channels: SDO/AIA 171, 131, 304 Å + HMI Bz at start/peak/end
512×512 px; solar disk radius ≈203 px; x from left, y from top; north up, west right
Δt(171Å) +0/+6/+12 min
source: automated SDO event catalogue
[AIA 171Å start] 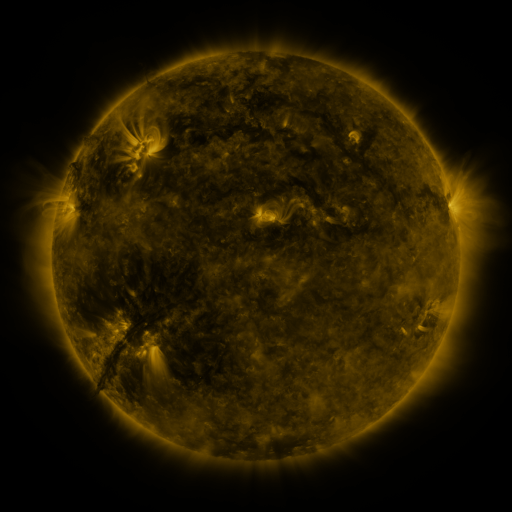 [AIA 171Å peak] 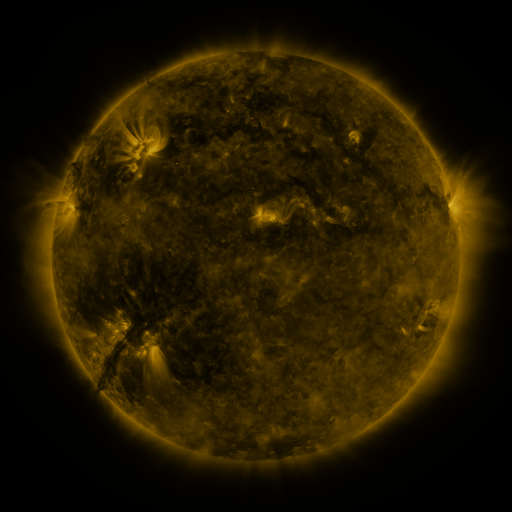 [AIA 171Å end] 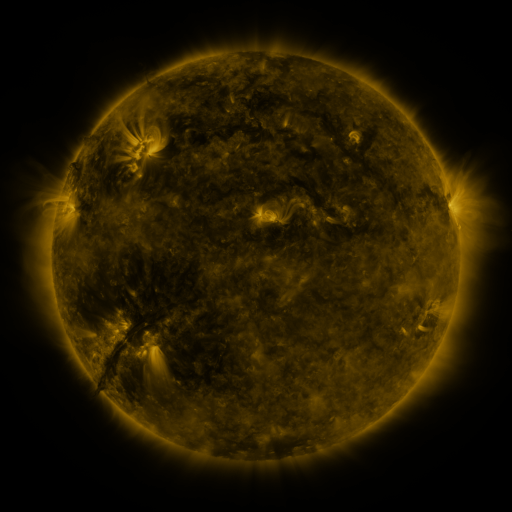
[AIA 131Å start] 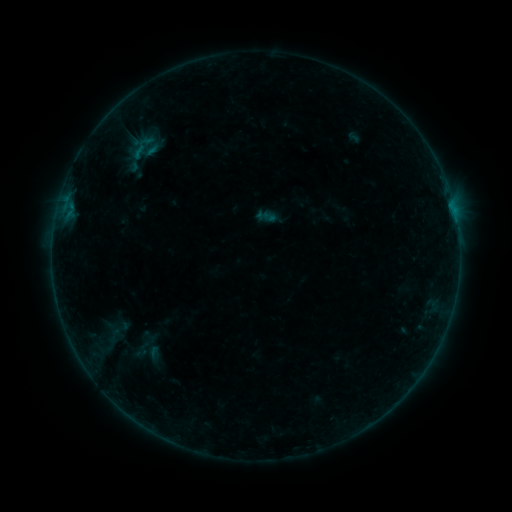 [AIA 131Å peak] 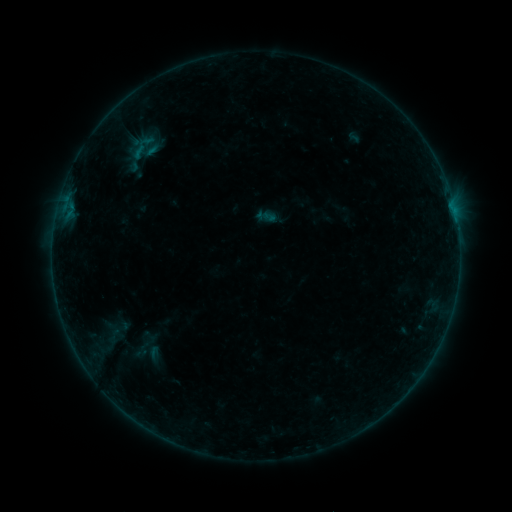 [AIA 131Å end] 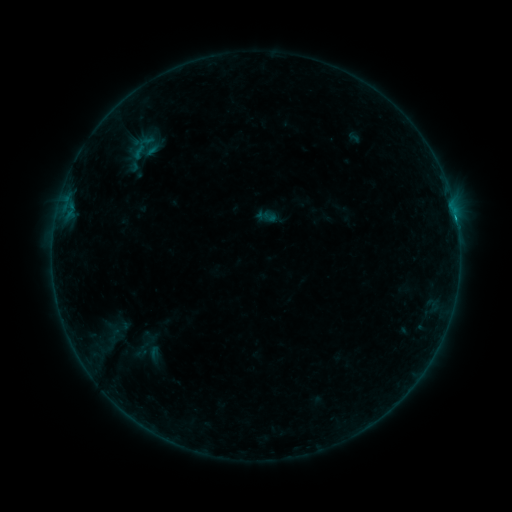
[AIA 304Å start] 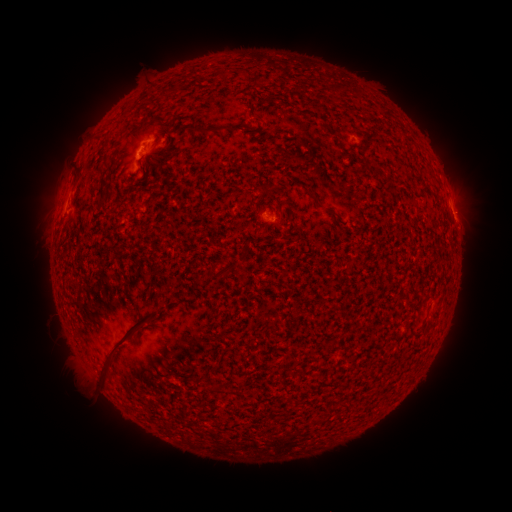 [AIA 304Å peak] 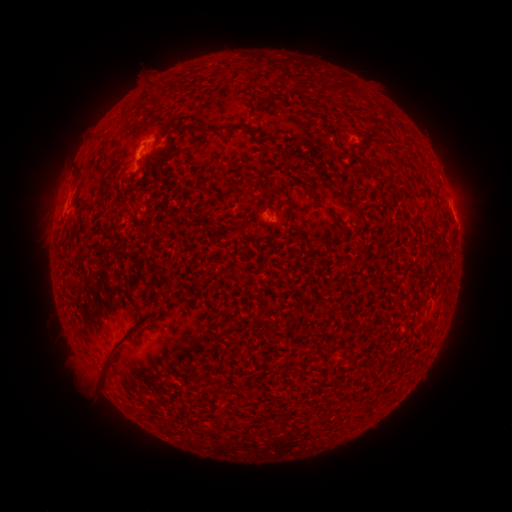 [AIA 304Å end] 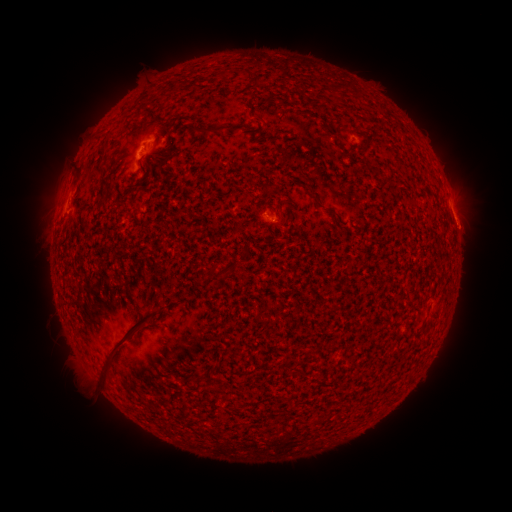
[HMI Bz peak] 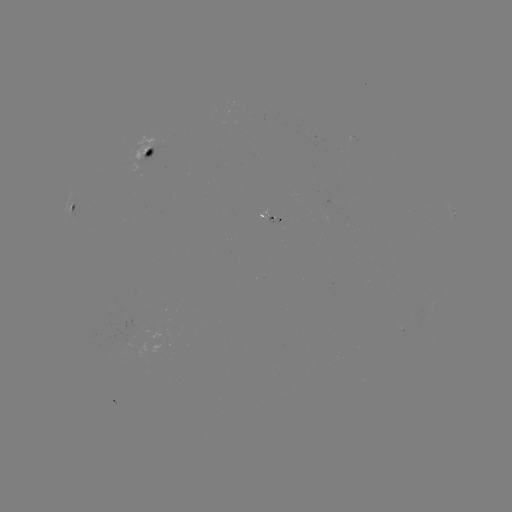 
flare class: B2.7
